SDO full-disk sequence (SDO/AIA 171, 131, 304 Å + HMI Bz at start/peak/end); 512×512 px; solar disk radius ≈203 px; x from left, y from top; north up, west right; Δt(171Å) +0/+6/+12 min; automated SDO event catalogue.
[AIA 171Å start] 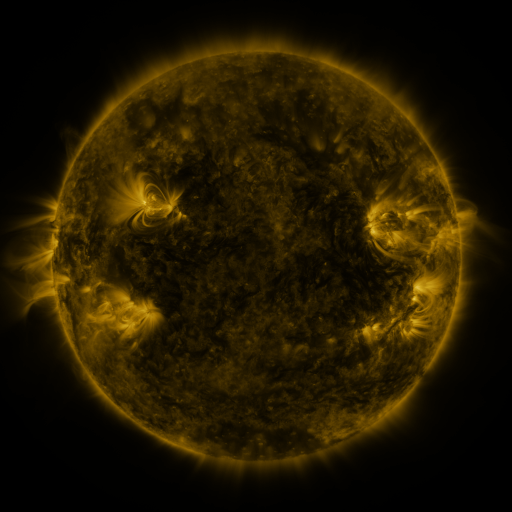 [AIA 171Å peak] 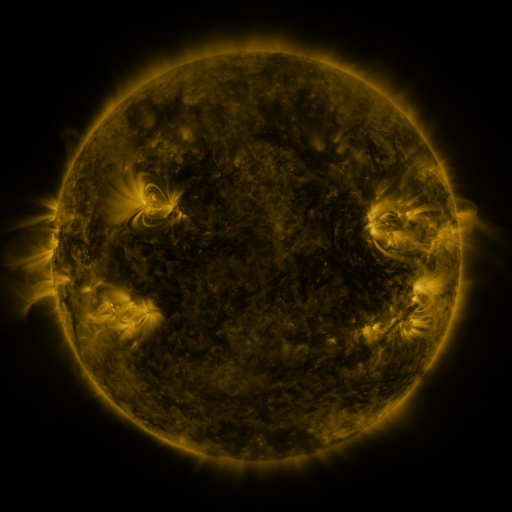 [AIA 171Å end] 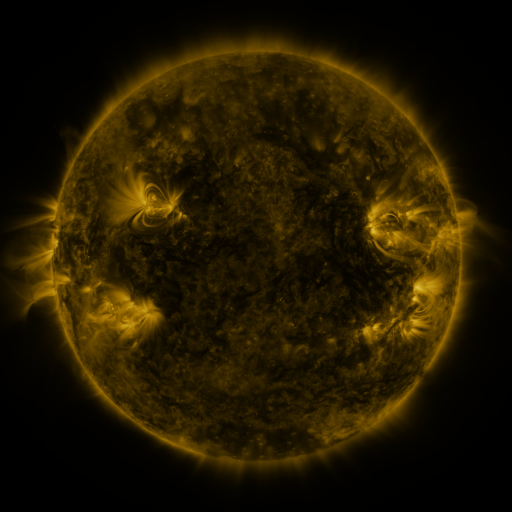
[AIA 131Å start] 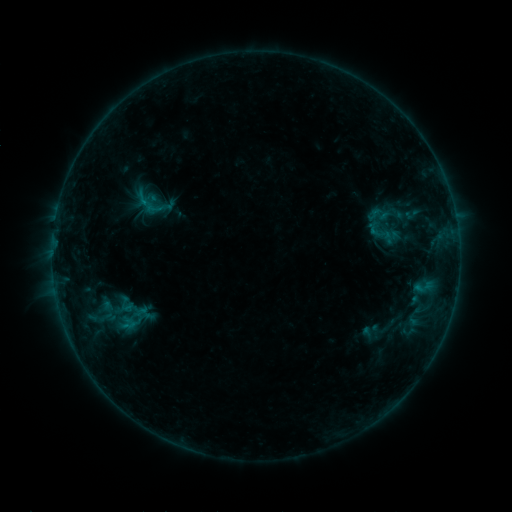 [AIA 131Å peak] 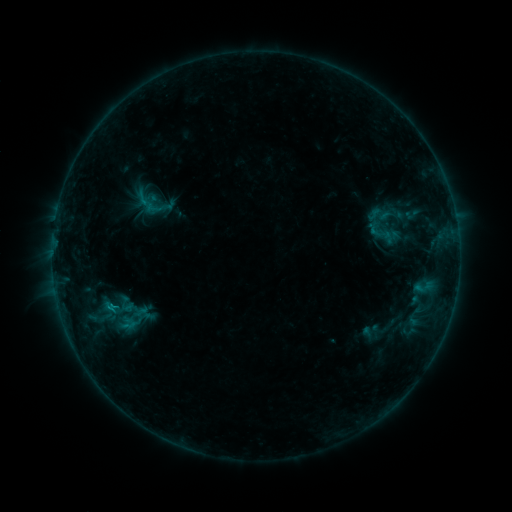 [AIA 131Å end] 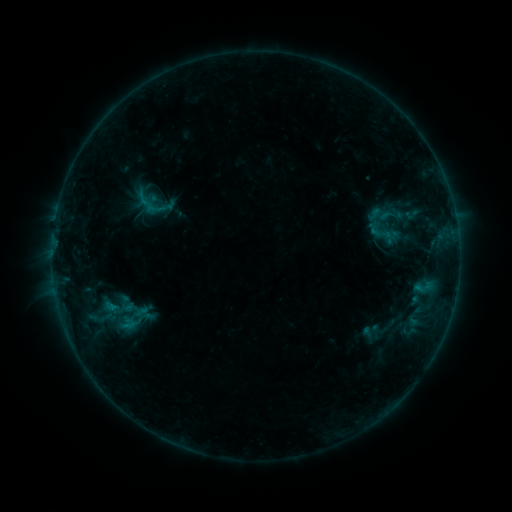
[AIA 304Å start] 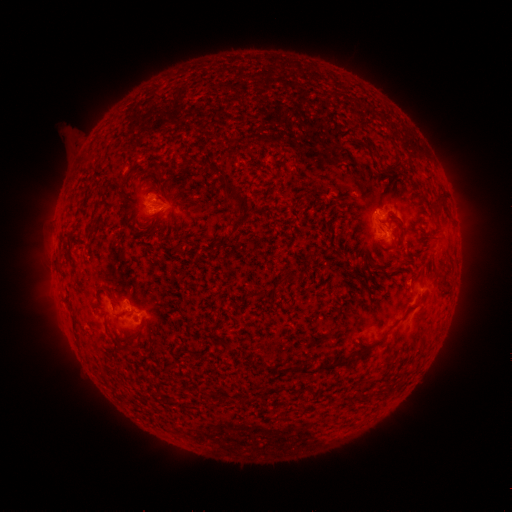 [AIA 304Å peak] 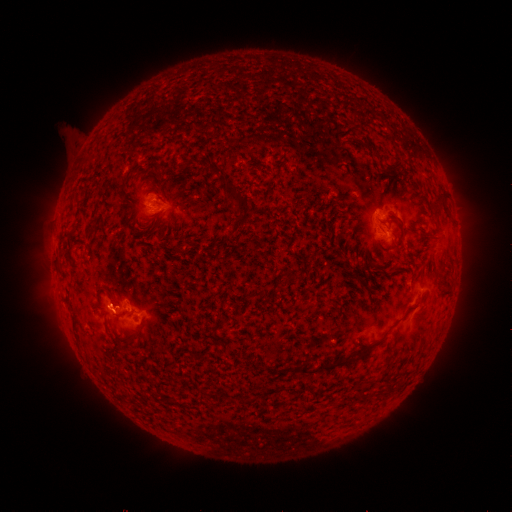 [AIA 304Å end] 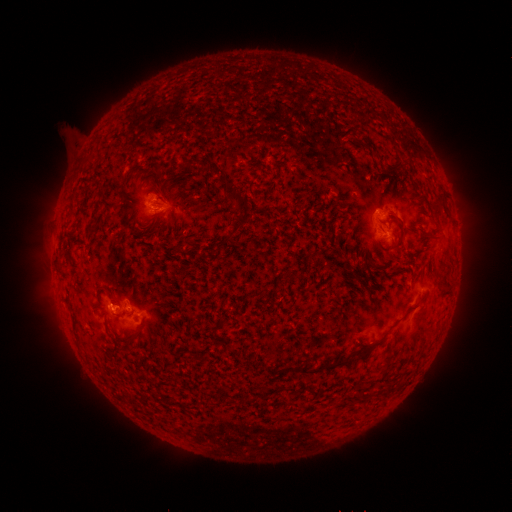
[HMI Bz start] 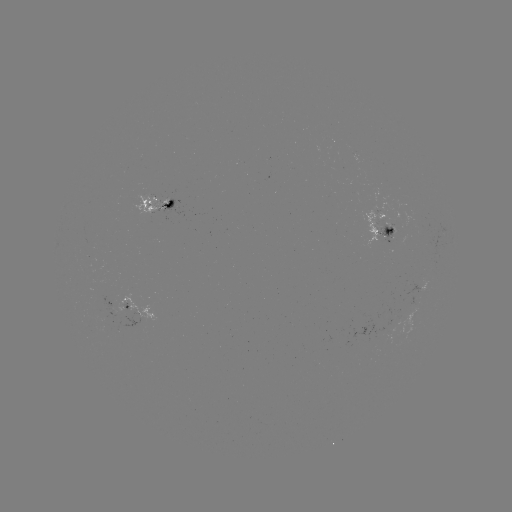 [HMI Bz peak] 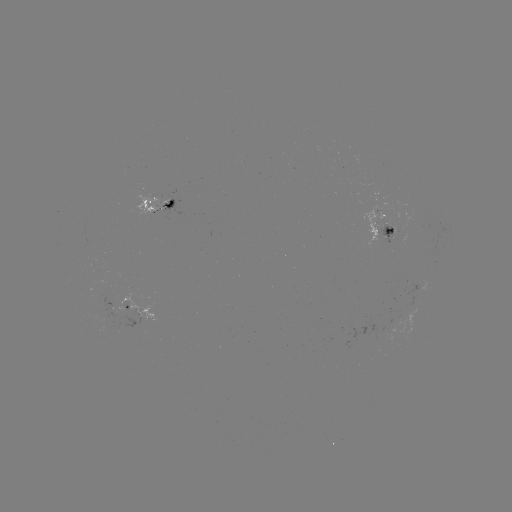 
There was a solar flare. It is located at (111, 305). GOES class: B5.2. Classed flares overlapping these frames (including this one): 1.